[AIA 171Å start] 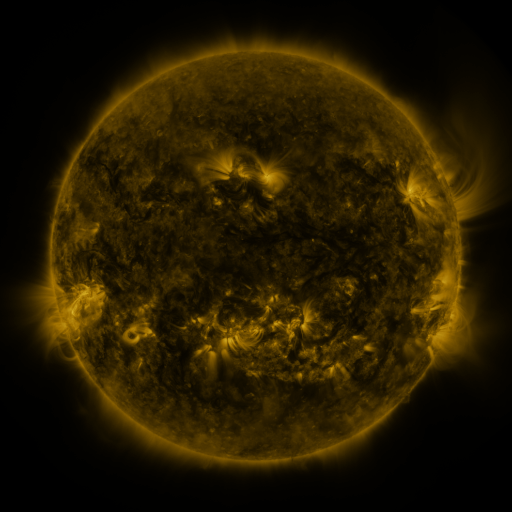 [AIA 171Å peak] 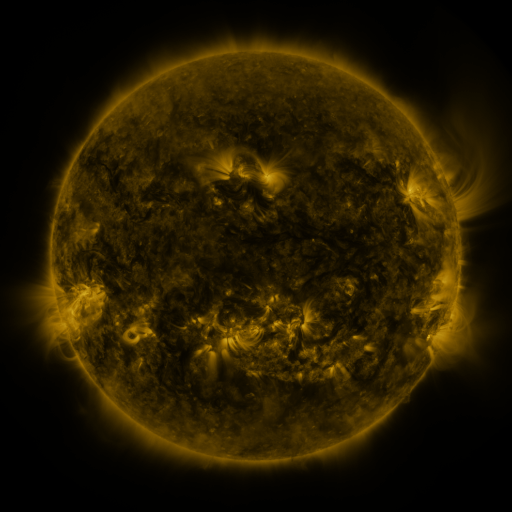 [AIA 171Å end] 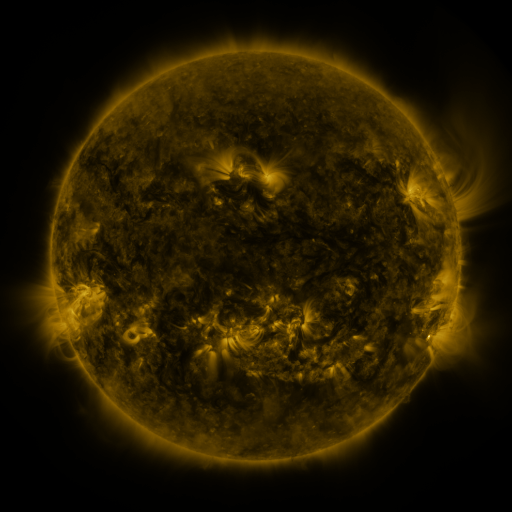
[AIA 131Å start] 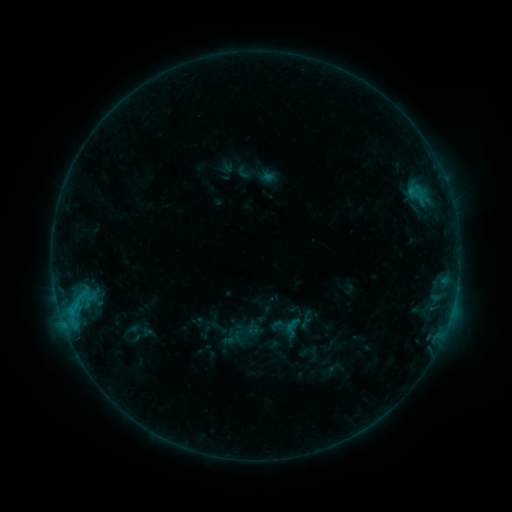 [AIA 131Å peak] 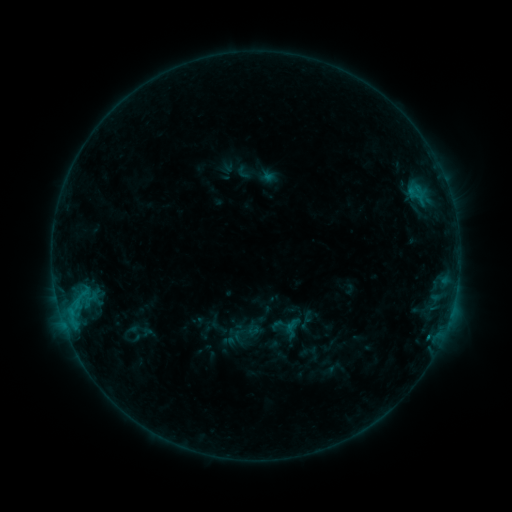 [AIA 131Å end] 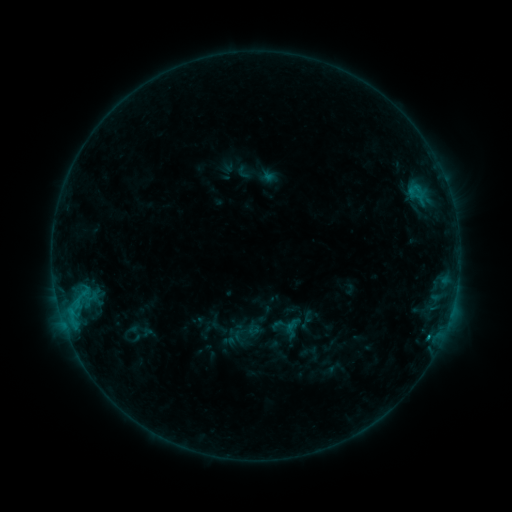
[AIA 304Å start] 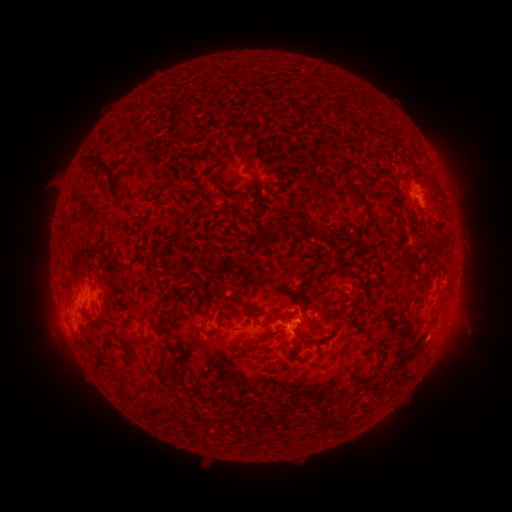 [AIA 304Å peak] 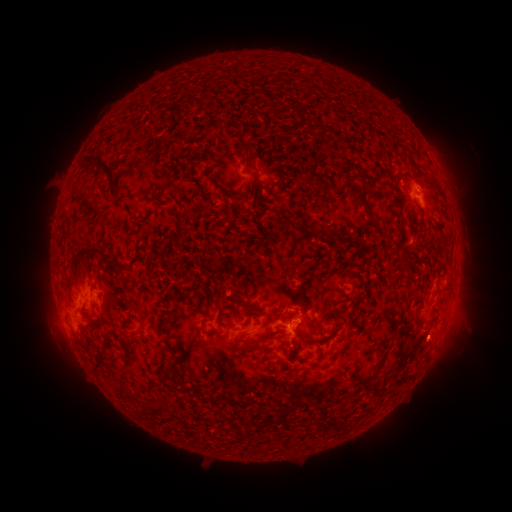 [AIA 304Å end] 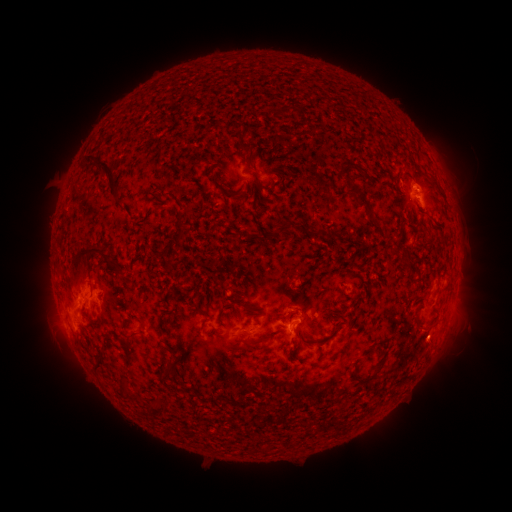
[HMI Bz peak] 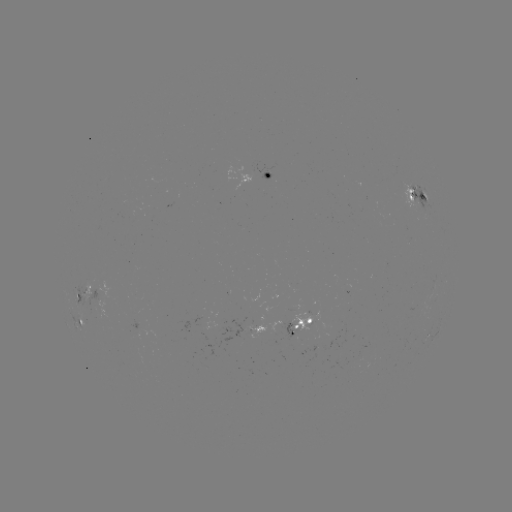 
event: flare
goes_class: B8.4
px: (430, 333)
